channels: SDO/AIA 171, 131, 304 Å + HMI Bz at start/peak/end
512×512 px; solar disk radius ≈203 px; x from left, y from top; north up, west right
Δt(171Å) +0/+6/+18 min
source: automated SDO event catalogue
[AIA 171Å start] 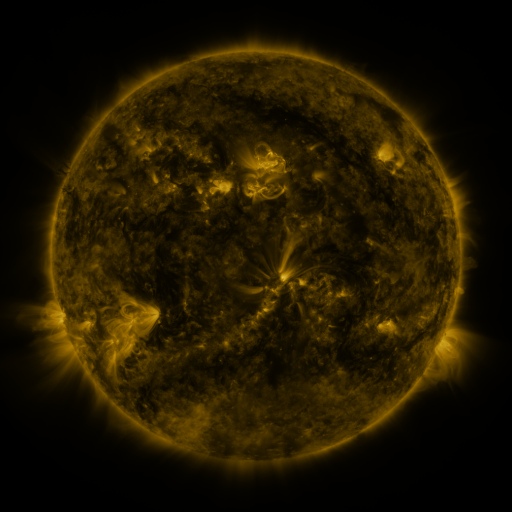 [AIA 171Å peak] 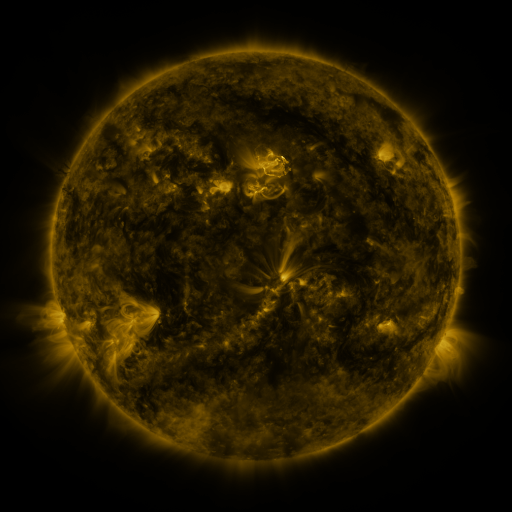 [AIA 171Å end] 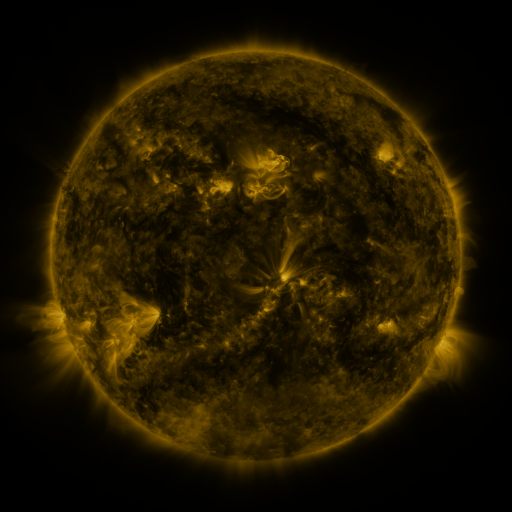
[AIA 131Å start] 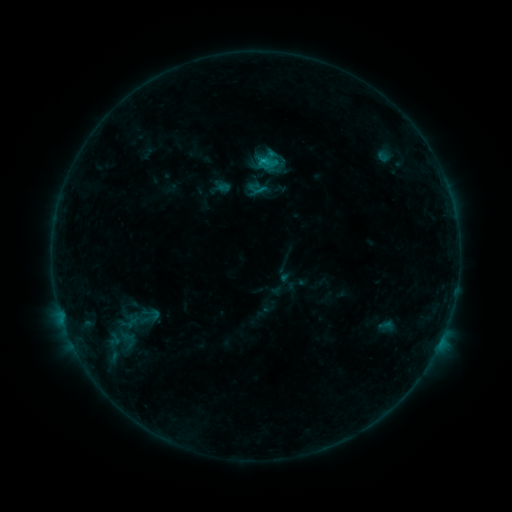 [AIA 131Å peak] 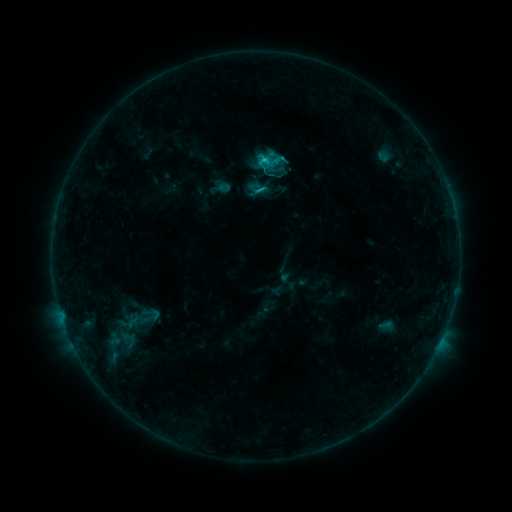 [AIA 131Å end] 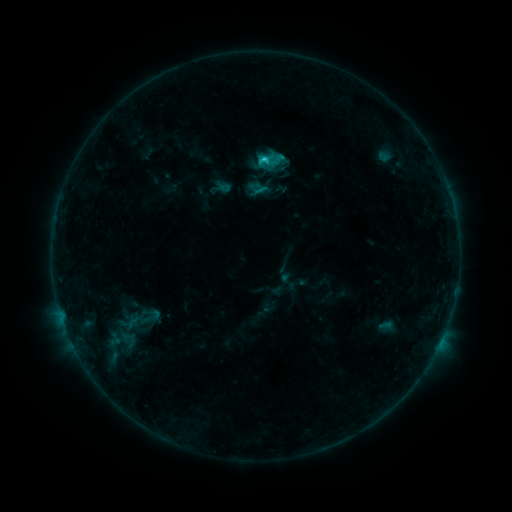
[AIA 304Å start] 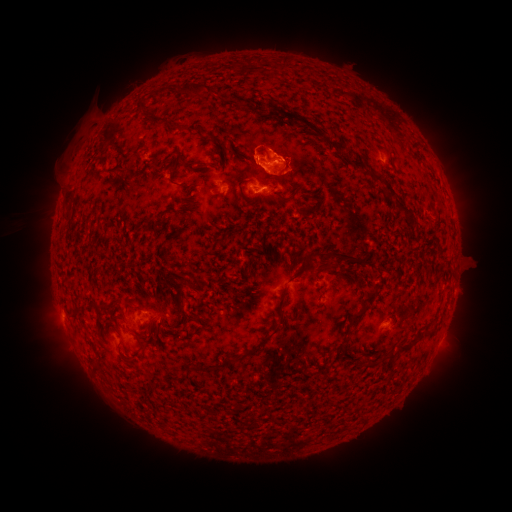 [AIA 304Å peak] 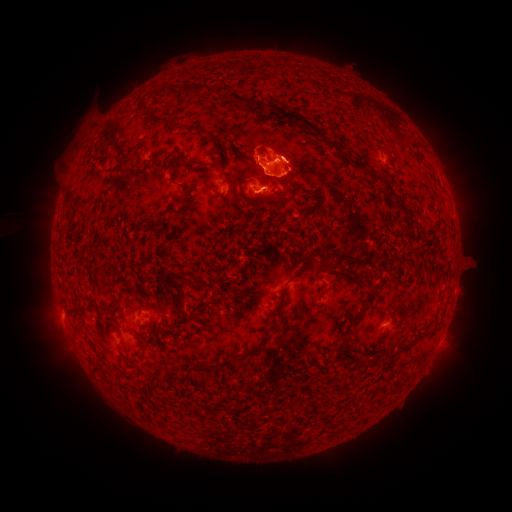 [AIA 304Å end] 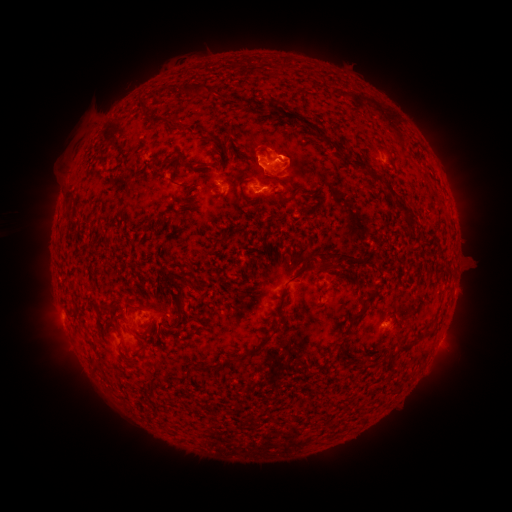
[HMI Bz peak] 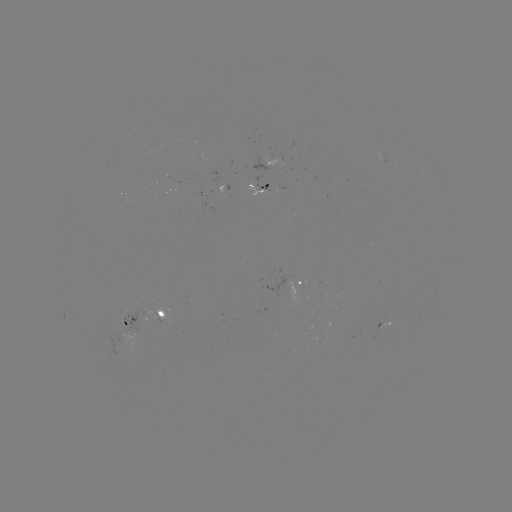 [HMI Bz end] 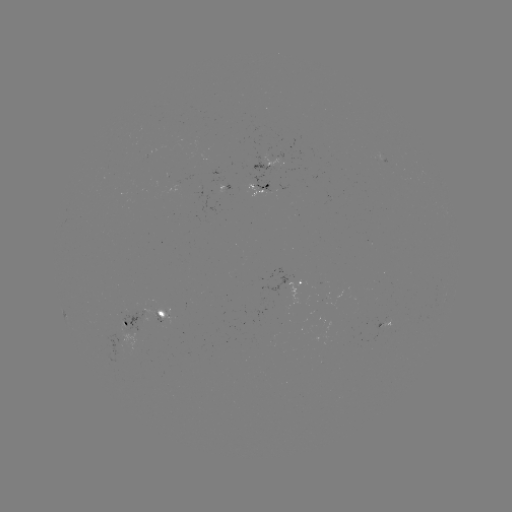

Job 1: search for eruption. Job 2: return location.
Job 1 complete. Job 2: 293,163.